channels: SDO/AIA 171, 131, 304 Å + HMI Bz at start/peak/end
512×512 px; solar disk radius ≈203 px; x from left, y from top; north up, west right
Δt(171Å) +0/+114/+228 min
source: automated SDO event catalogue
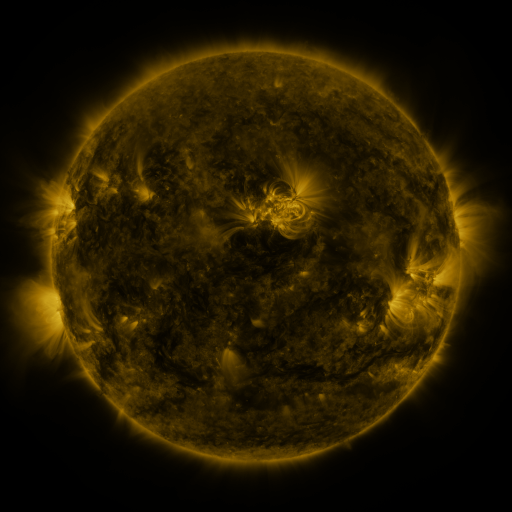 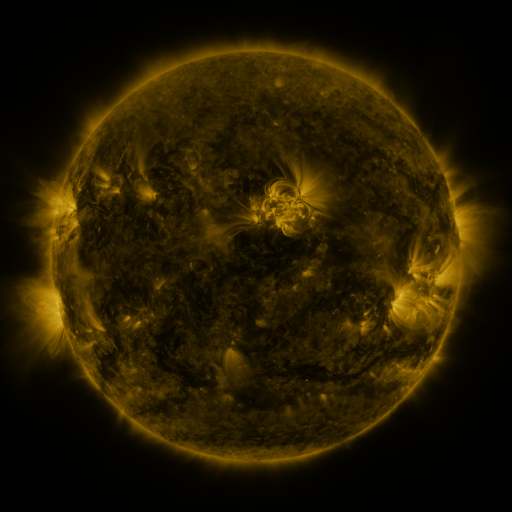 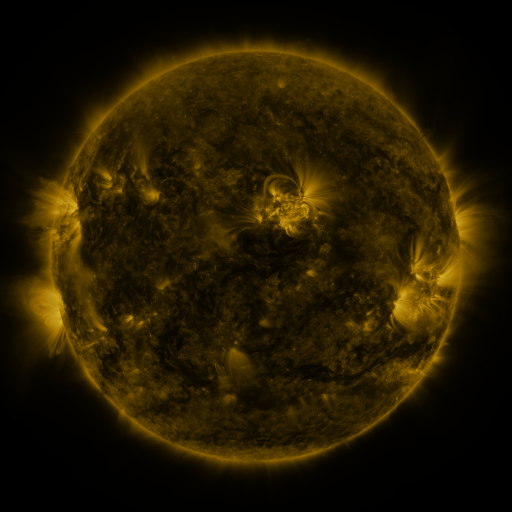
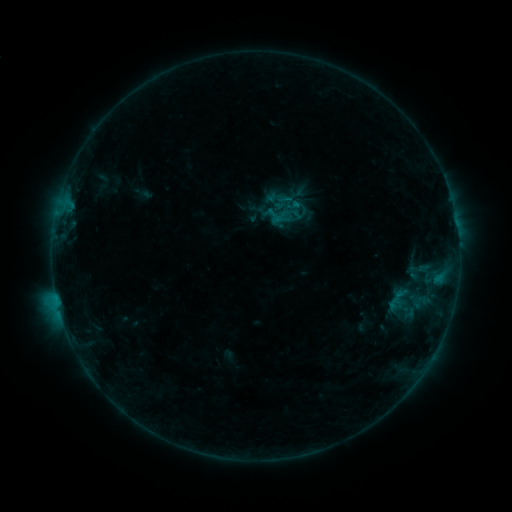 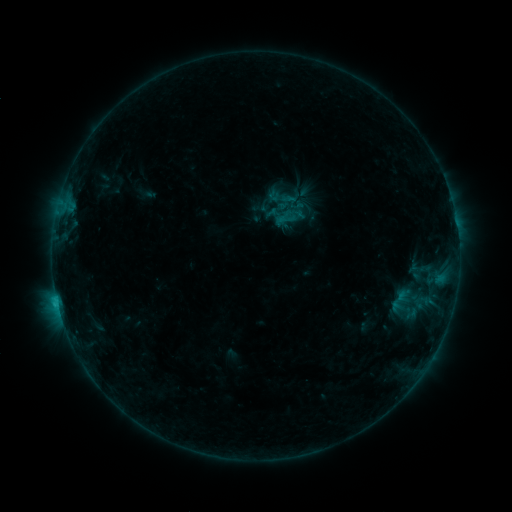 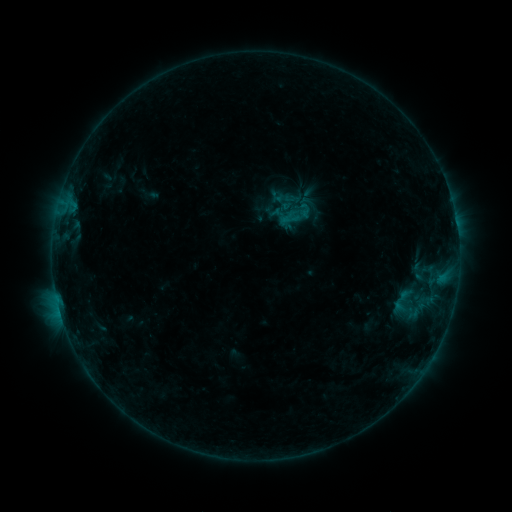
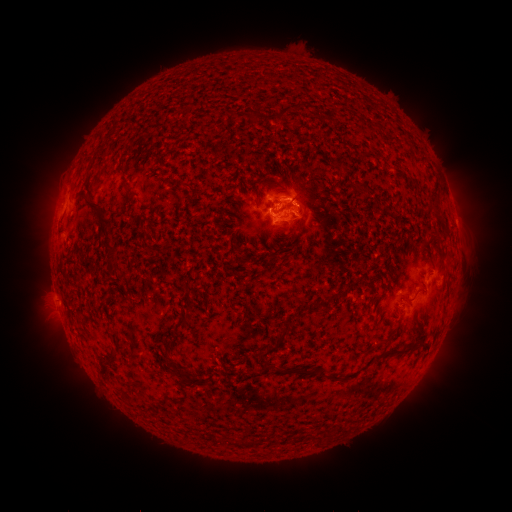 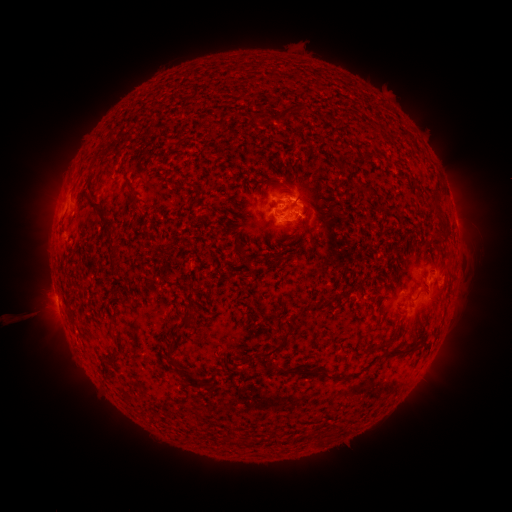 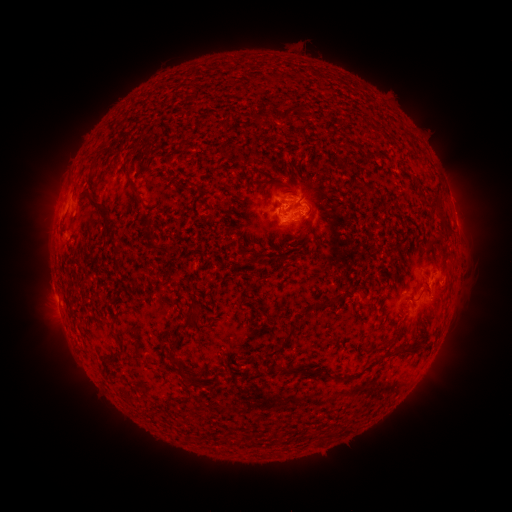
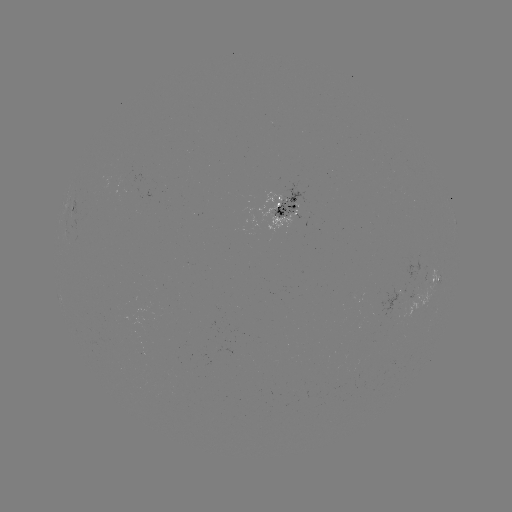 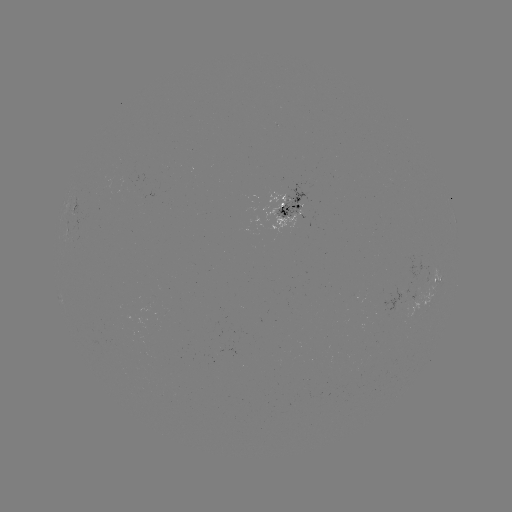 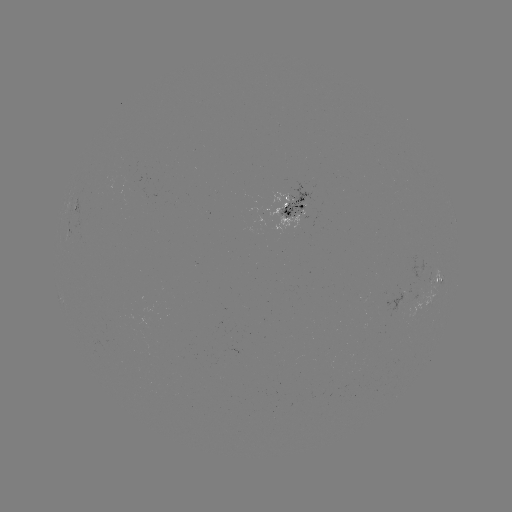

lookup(filament eruption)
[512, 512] (39, 341)